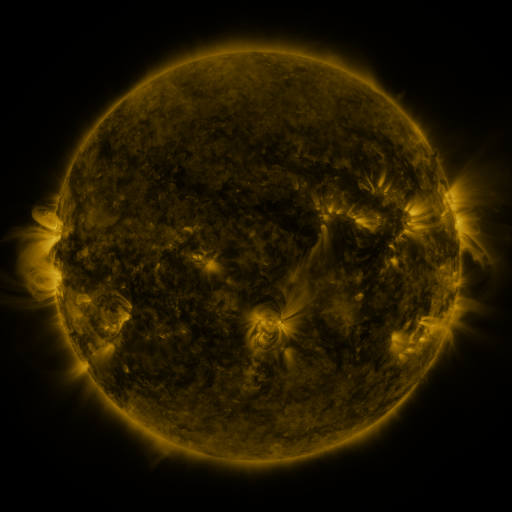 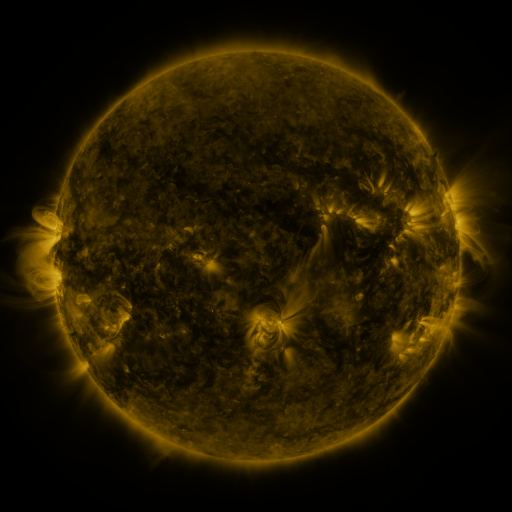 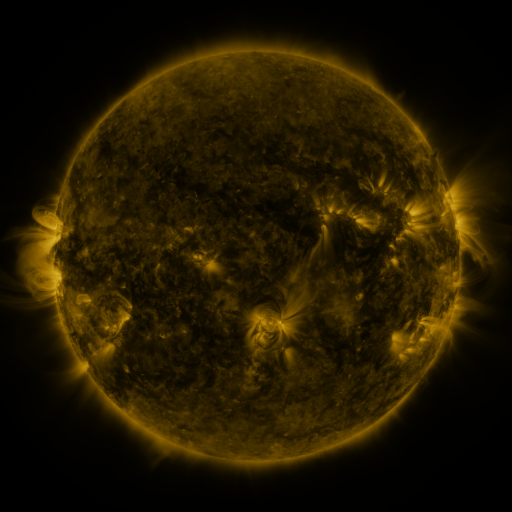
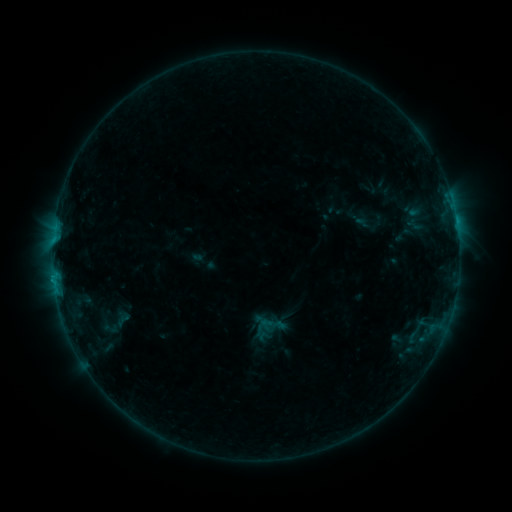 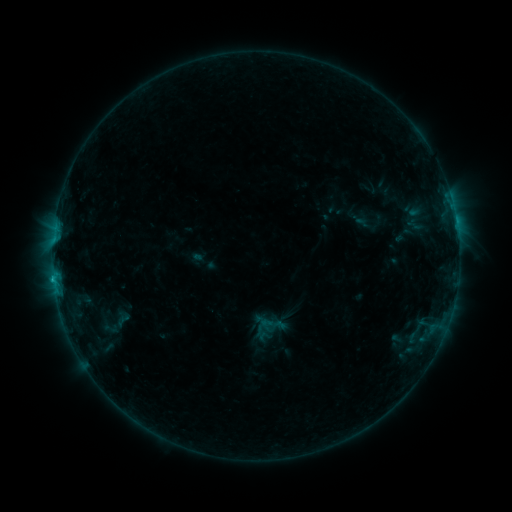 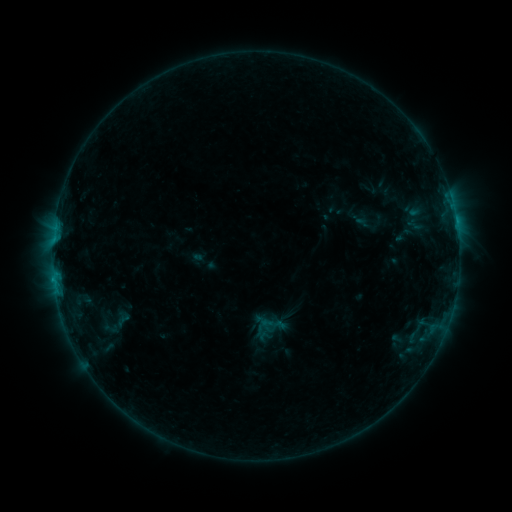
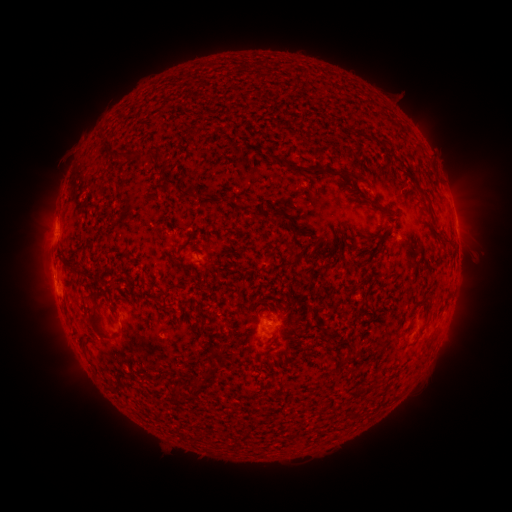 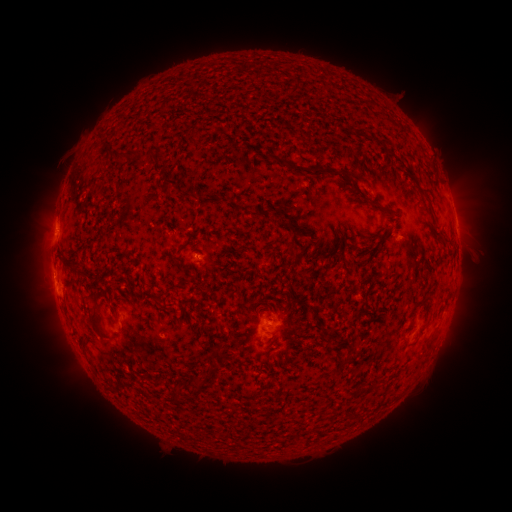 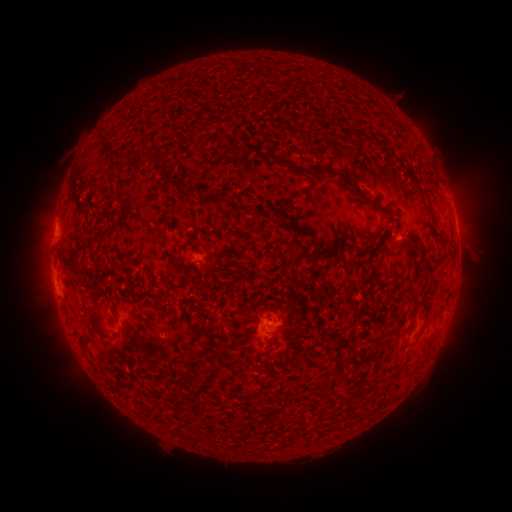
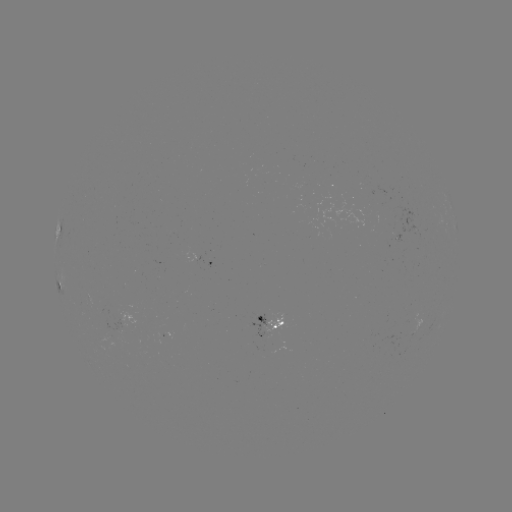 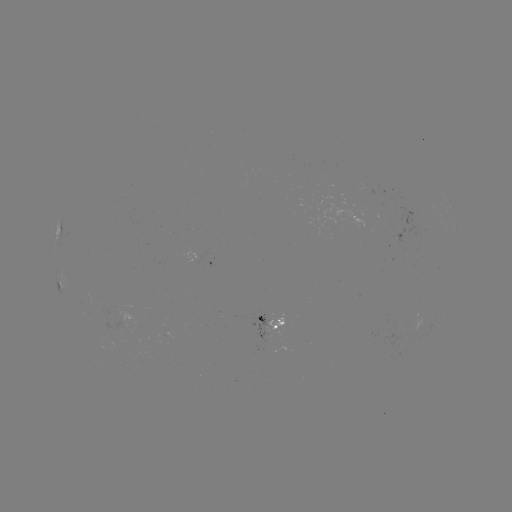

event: flare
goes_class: B6.1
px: (54, 277)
